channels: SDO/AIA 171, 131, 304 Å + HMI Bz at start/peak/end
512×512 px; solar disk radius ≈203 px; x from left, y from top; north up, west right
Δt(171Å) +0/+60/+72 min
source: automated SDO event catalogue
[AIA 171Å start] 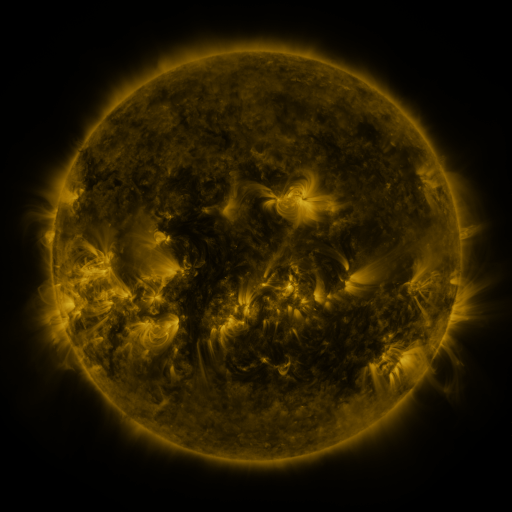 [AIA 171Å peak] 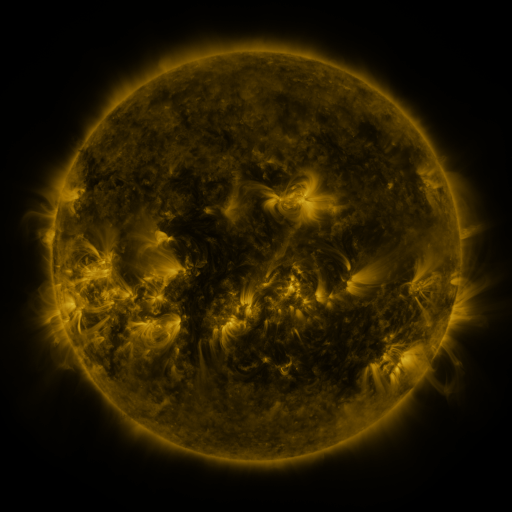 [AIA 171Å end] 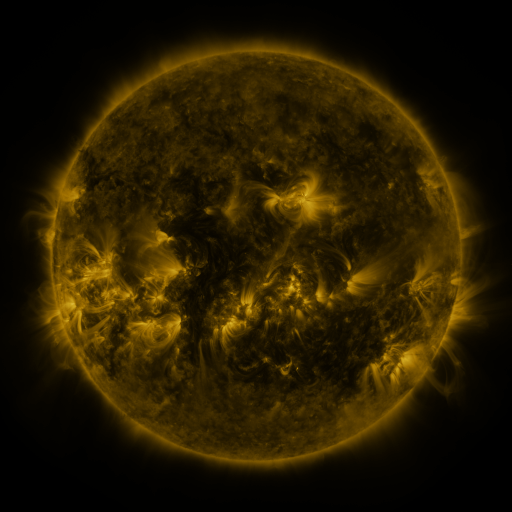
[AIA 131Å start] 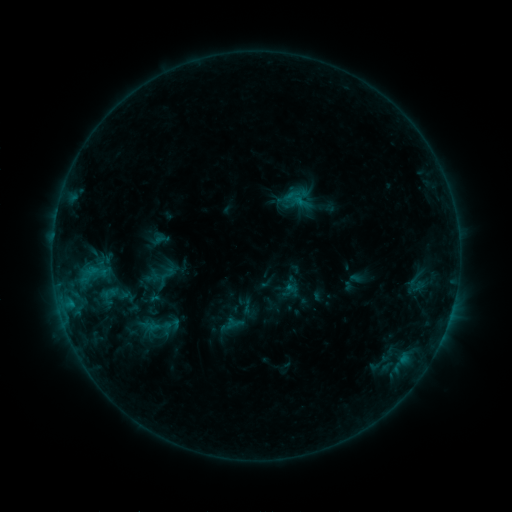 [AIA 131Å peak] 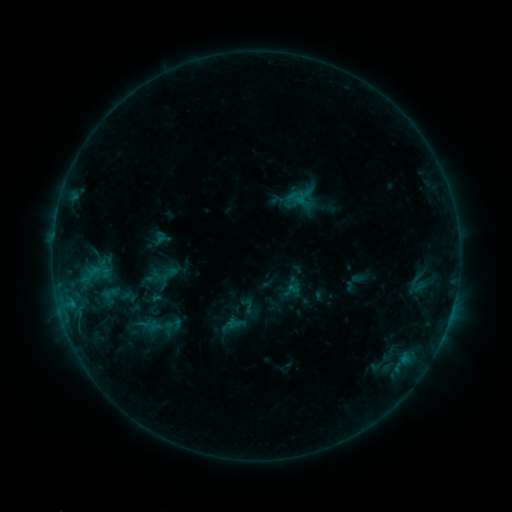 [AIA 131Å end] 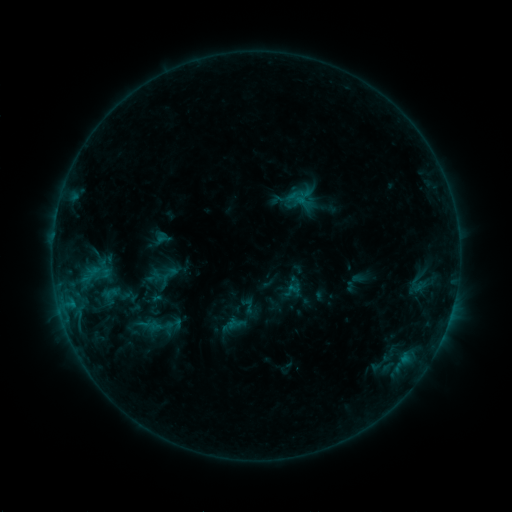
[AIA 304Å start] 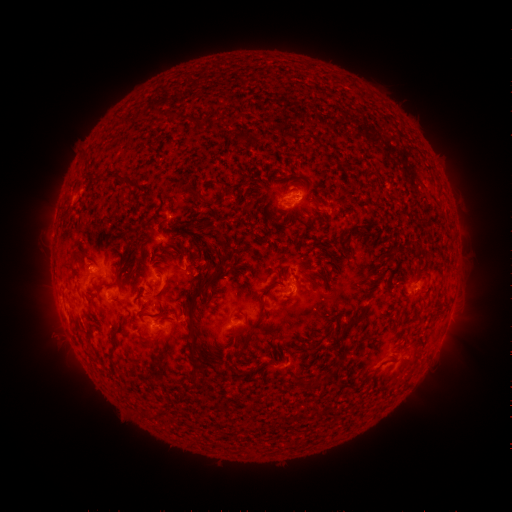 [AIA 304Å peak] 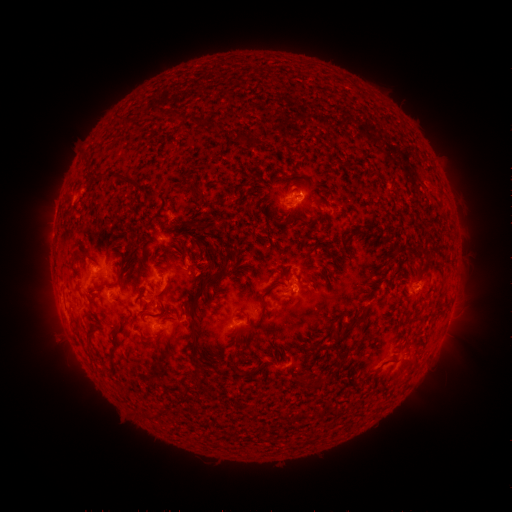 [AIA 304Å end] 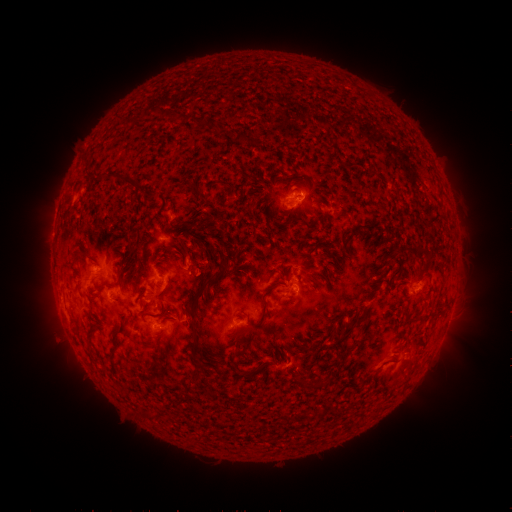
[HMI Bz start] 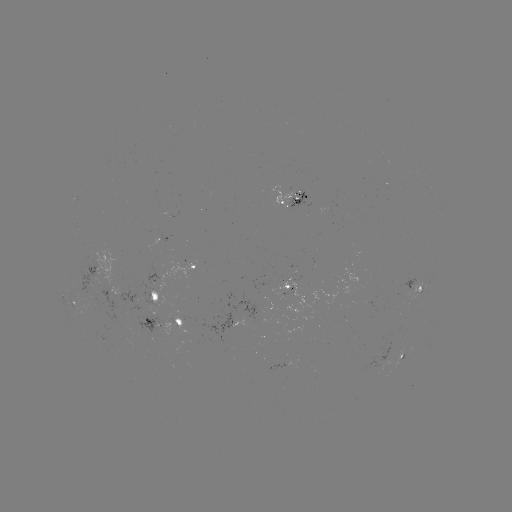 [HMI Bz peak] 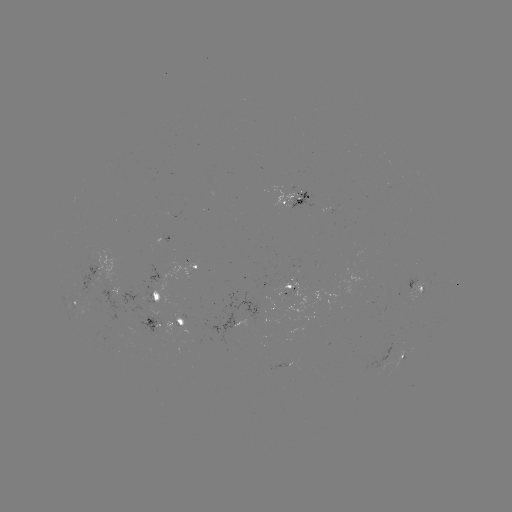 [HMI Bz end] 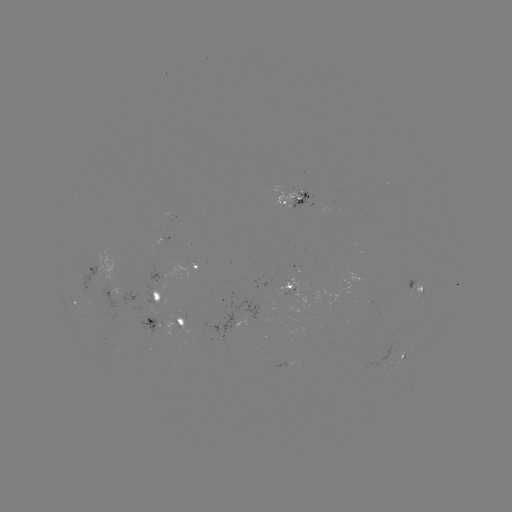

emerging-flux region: [365, 334, 392, 375]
